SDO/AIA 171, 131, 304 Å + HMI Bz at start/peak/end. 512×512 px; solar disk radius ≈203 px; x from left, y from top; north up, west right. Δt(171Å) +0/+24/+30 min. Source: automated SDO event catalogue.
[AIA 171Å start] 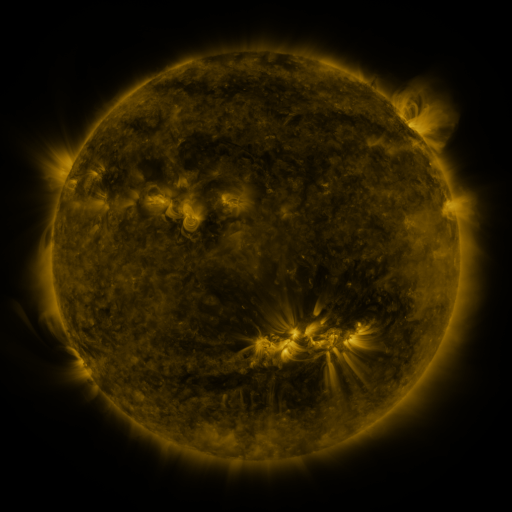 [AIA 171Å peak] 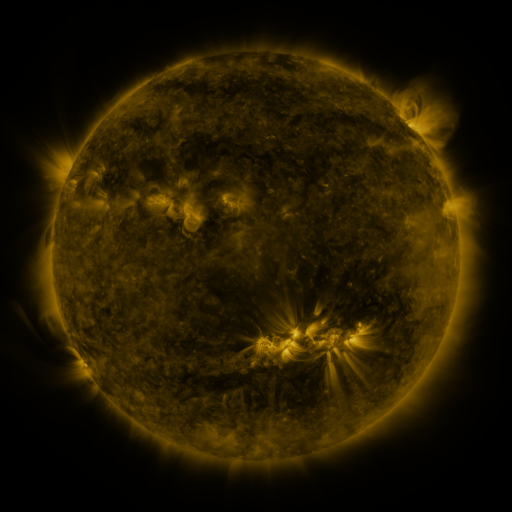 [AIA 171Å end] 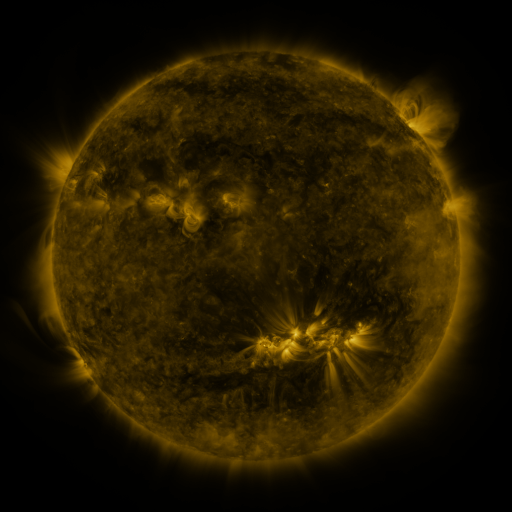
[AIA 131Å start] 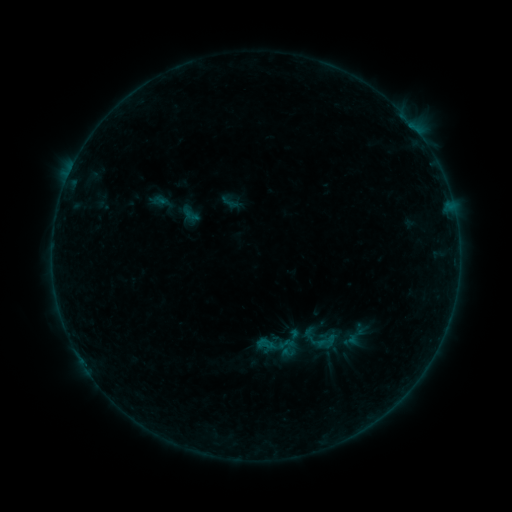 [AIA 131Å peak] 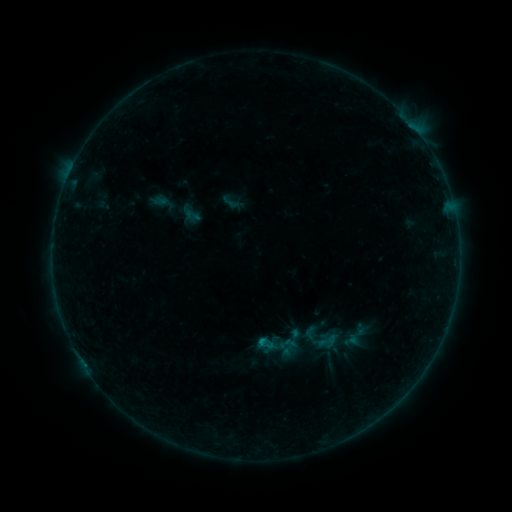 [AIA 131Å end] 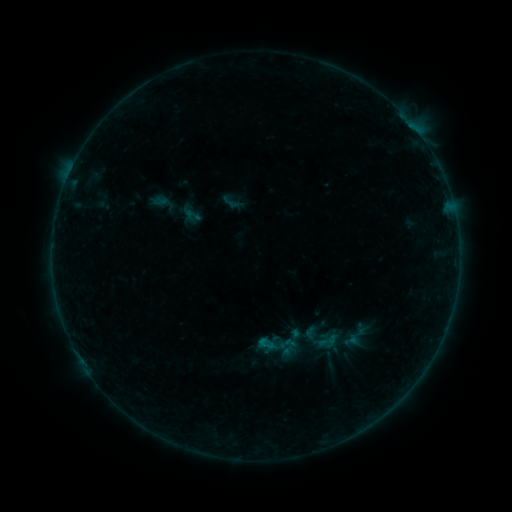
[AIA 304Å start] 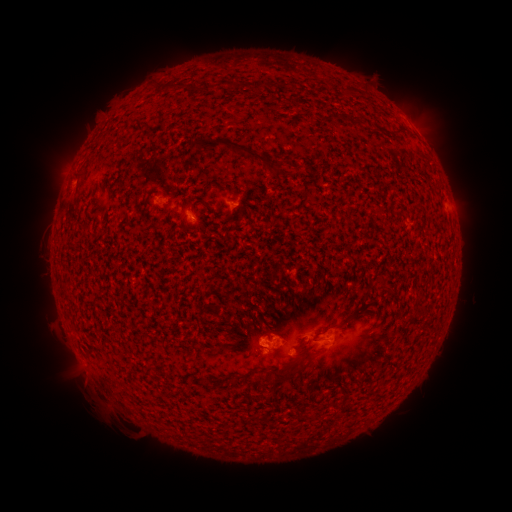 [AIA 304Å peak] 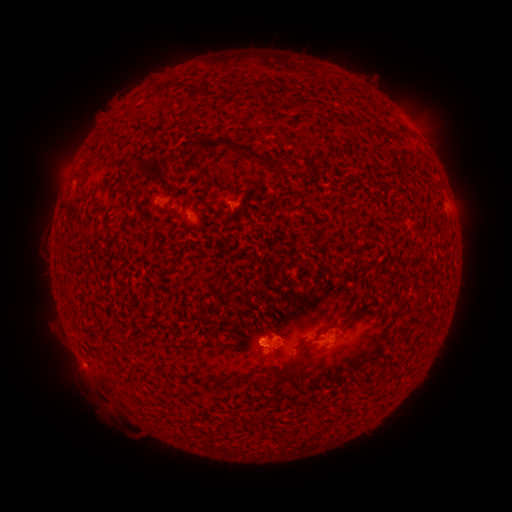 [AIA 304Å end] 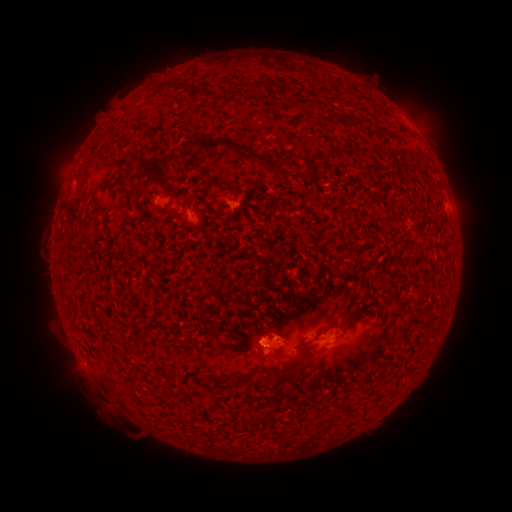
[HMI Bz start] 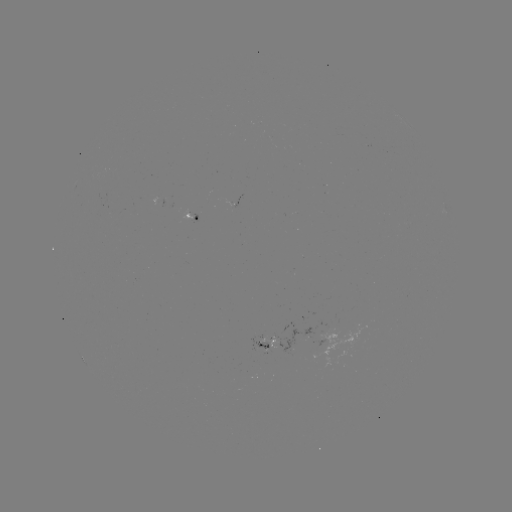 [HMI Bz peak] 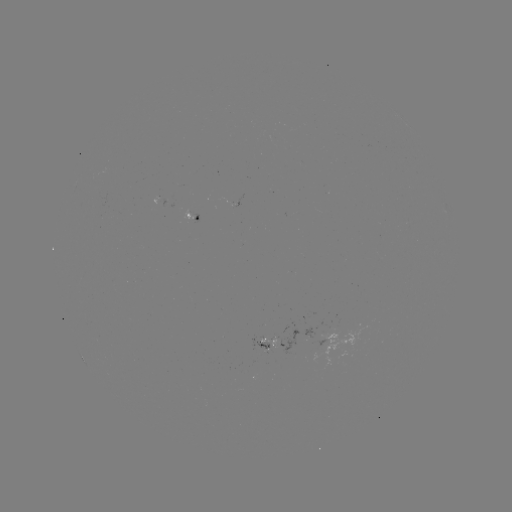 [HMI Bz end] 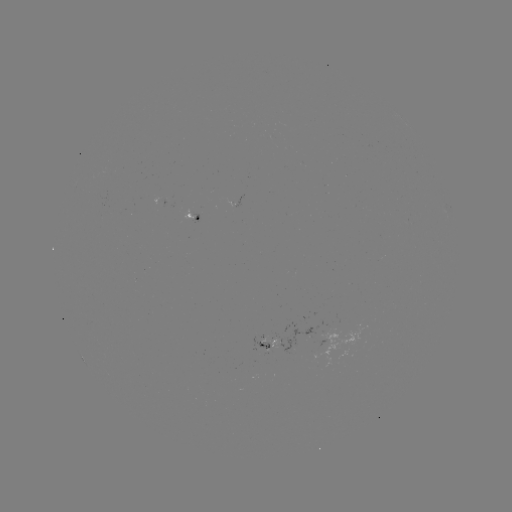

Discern B2.1 flare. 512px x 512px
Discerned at (259, 339).